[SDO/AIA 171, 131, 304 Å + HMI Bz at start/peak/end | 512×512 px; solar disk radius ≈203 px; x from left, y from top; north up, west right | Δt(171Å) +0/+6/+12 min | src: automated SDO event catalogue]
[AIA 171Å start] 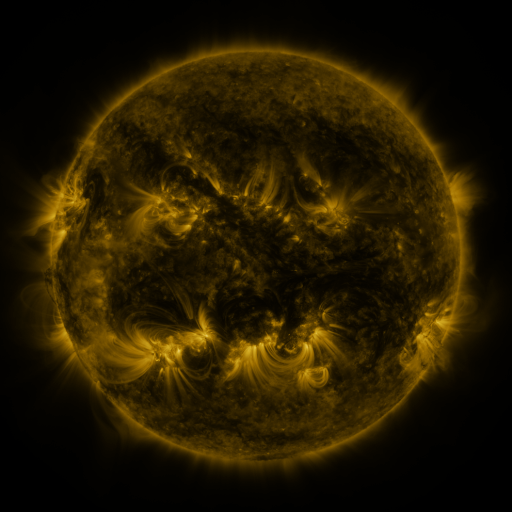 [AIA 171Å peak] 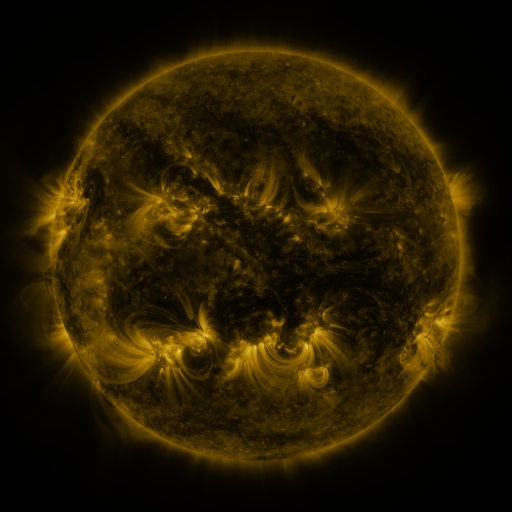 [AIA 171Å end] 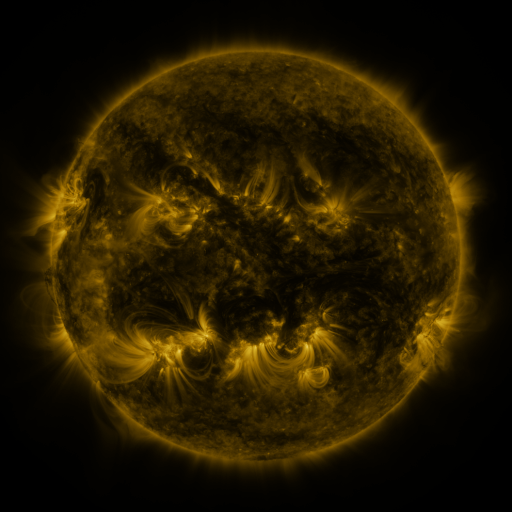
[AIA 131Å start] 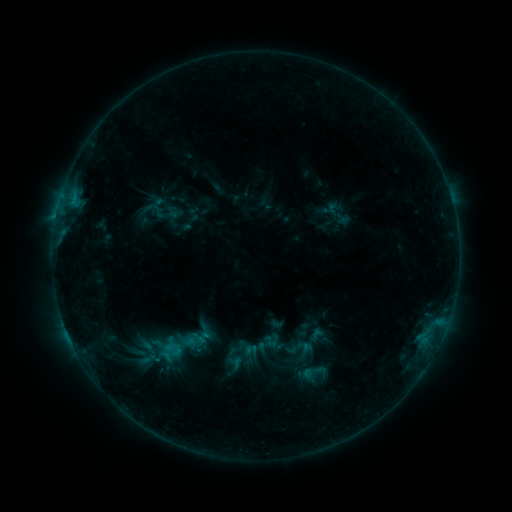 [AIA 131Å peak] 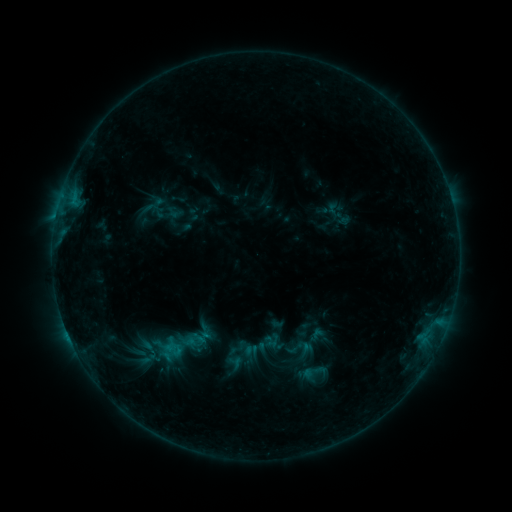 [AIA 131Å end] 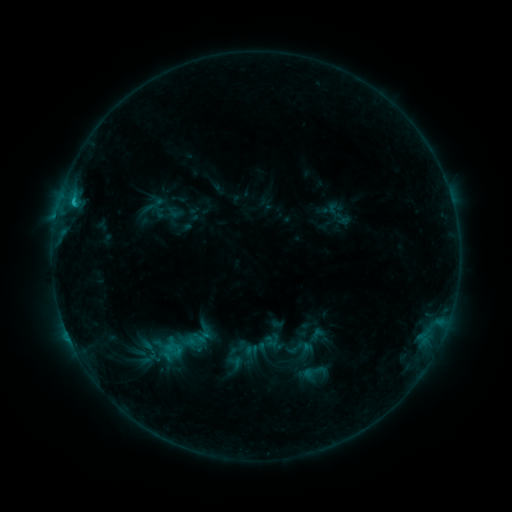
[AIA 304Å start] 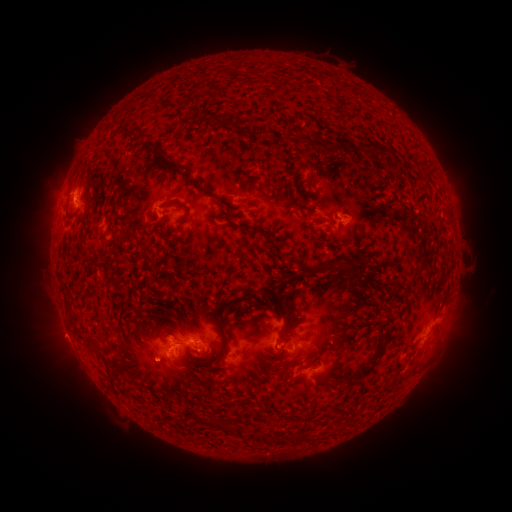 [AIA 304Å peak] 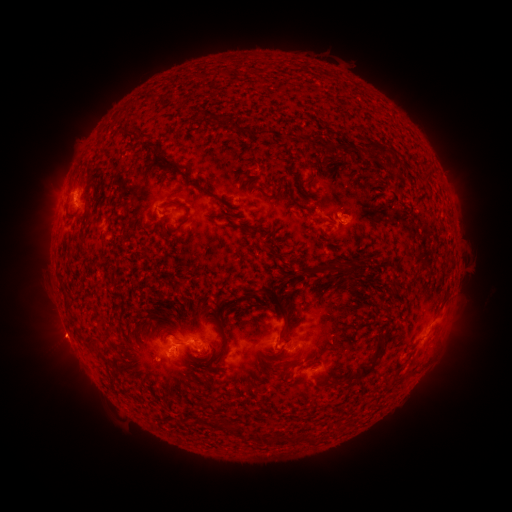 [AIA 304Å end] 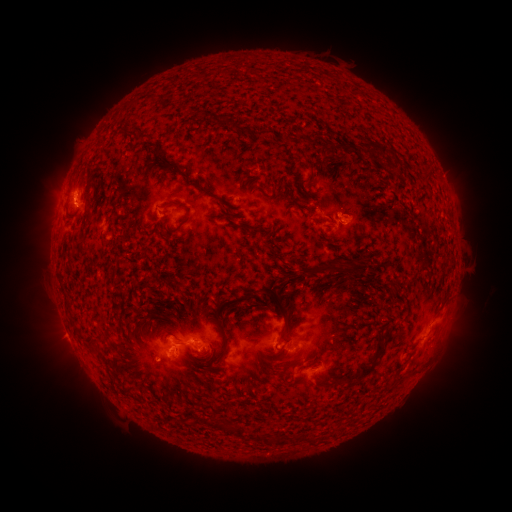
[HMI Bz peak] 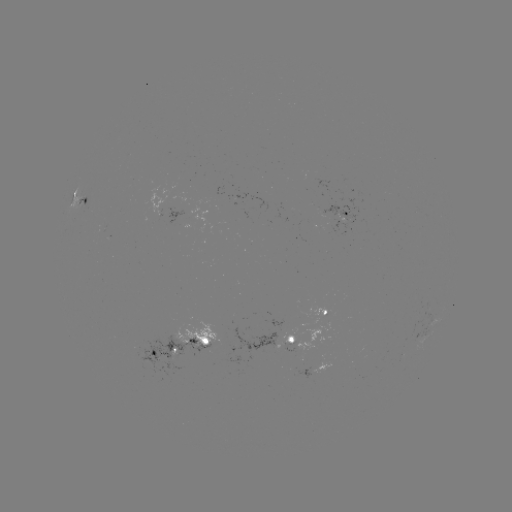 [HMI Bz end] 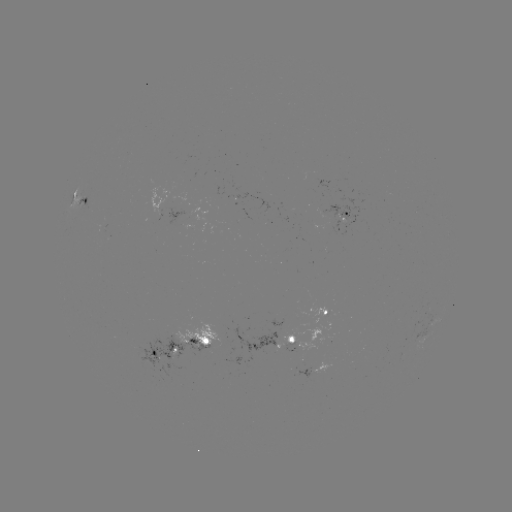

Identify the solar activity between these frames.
eruption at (63, 336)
